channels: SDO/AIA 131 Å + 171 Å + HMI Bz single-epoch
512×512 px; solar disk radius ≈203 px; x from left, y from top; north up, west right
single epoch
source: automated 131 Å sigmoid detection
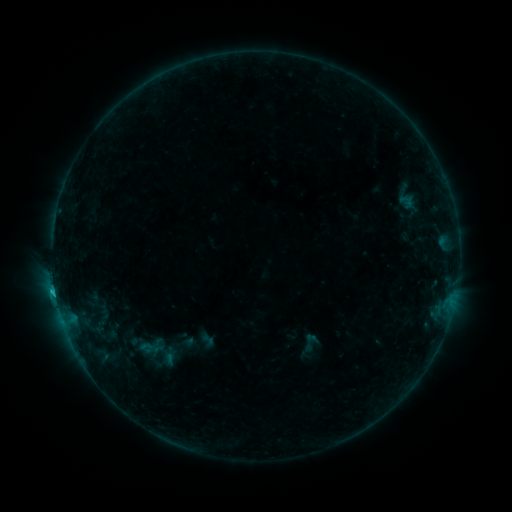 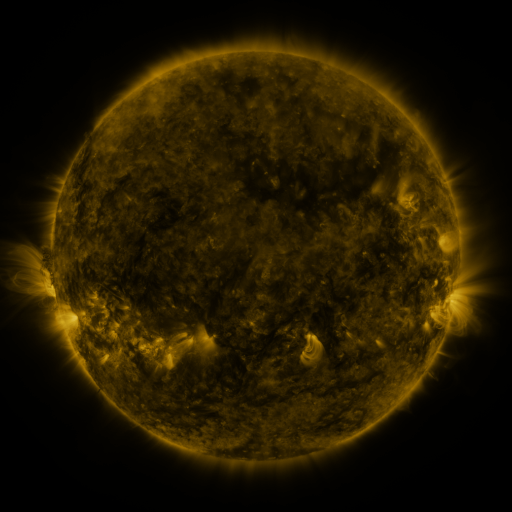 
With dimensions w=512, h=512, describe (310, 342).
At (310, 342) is sigmoid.